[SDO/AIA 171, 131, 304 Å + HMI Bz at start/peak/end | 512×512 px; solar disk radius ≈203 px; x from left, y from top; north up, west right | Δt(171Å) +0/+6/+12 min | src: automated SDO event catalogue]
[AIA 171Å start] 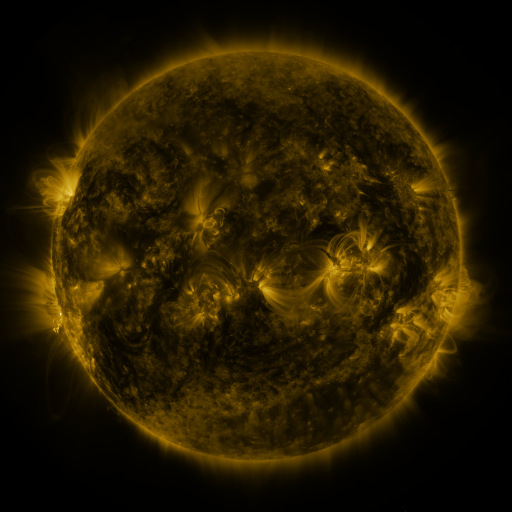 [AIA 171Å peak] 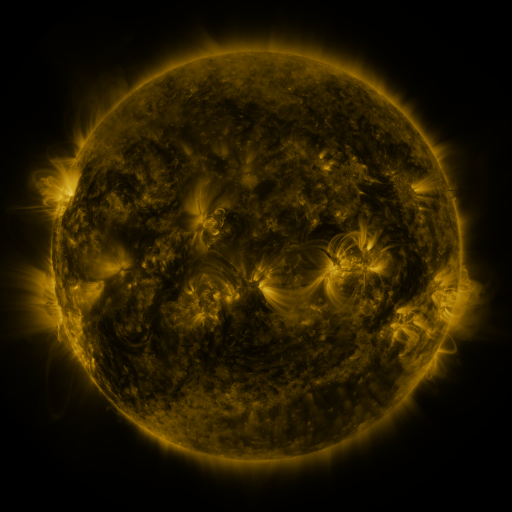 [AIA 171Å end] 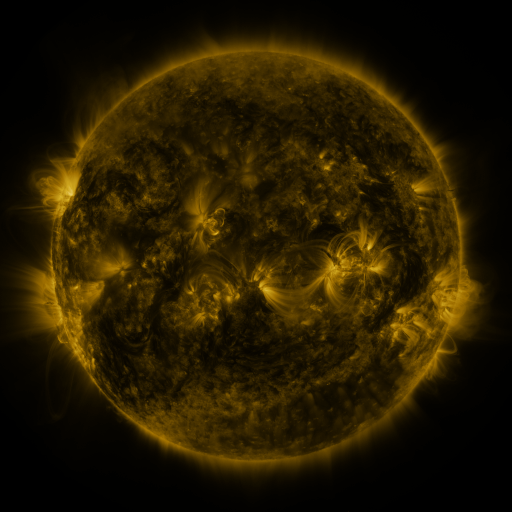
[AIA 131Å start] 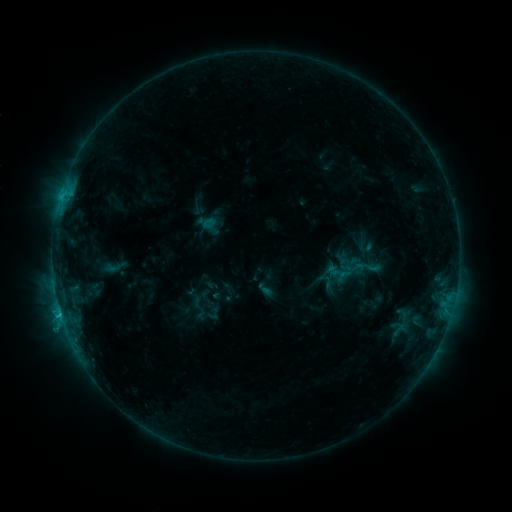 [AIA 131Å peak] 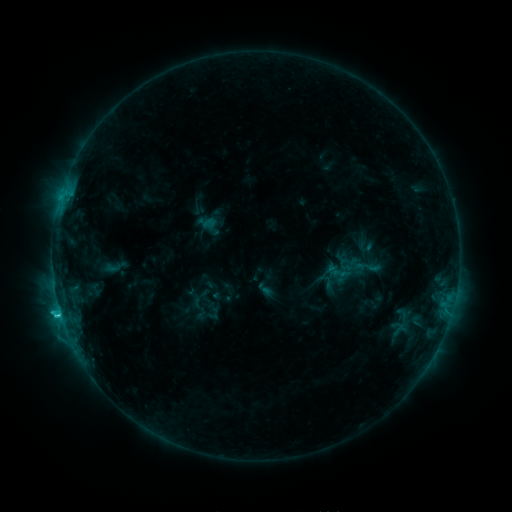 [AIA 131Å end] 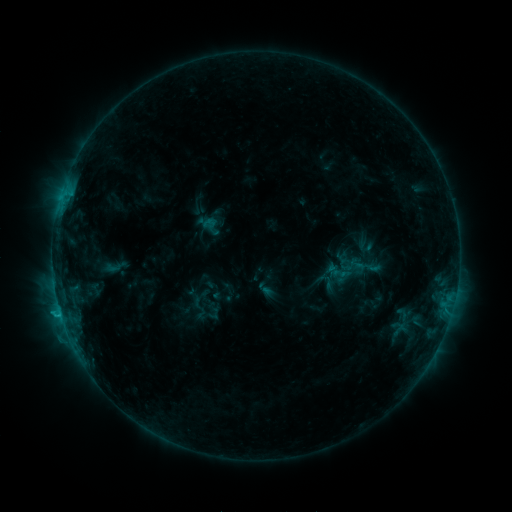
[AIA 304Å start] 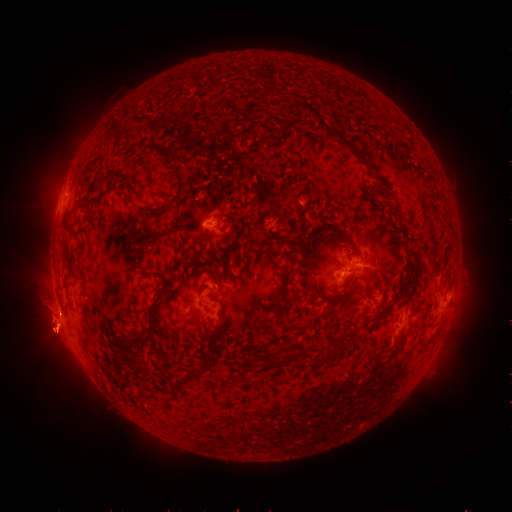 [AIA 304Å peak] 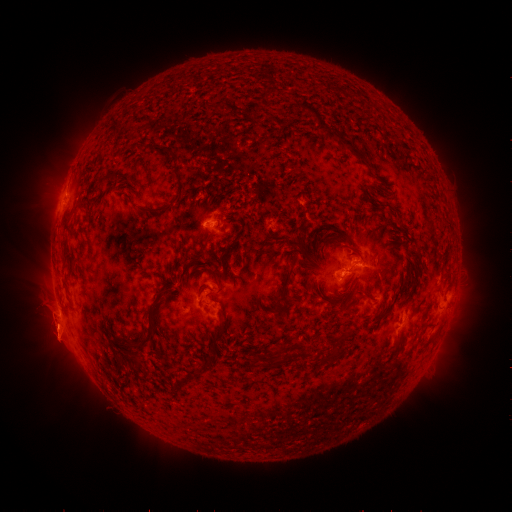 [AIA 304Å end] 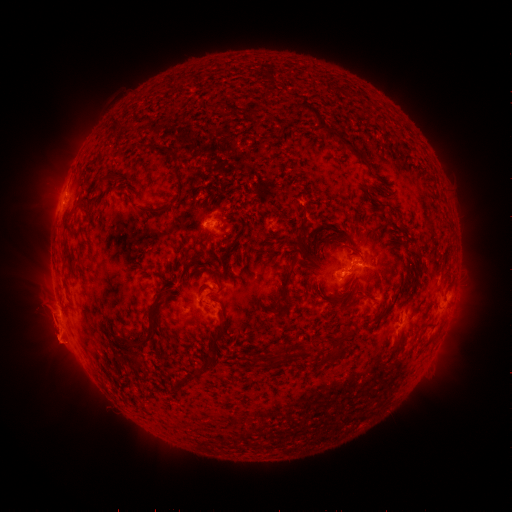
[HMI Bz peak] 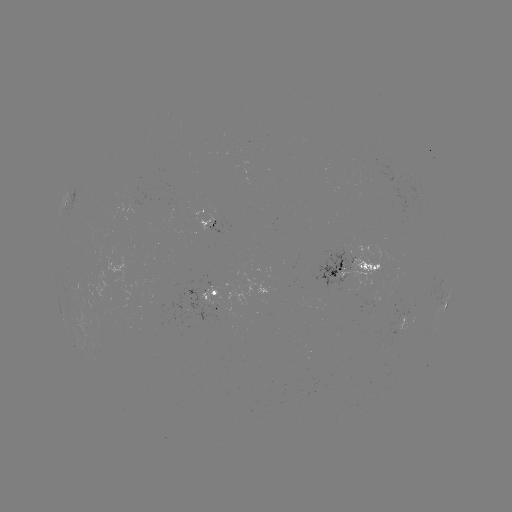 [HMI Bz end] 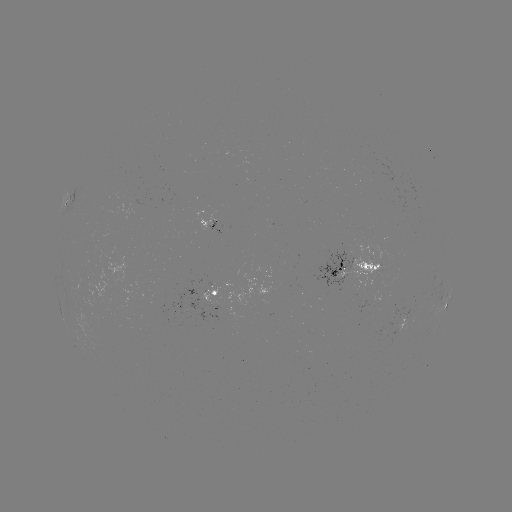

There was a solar flare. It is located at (60, 311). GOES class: C1.9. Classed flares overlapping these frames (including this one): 1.